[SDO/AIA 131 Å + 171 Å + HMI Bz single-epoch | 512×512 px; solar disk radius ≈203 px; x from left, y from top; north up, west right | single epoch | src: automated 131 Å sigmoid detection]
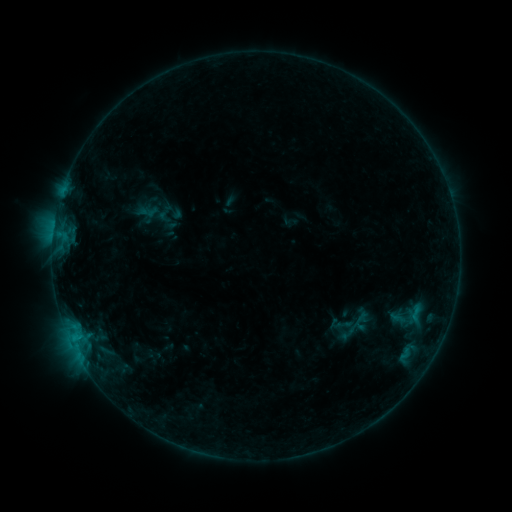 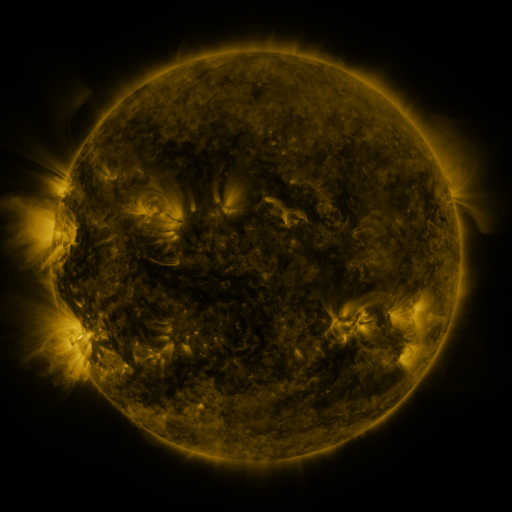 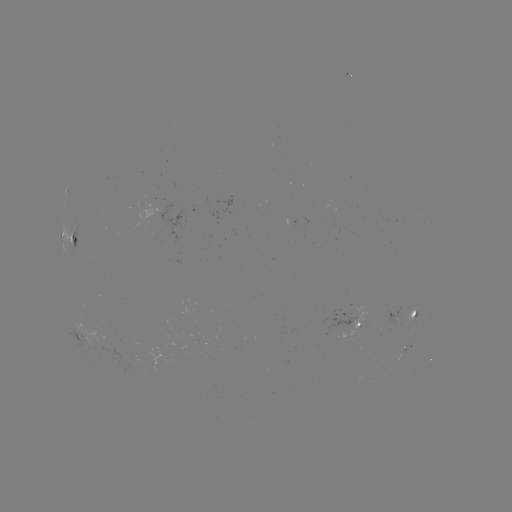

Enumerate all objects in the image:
sigmoid: (165, 214)
